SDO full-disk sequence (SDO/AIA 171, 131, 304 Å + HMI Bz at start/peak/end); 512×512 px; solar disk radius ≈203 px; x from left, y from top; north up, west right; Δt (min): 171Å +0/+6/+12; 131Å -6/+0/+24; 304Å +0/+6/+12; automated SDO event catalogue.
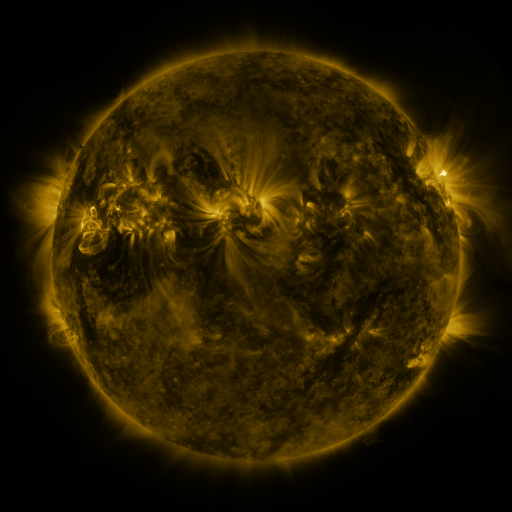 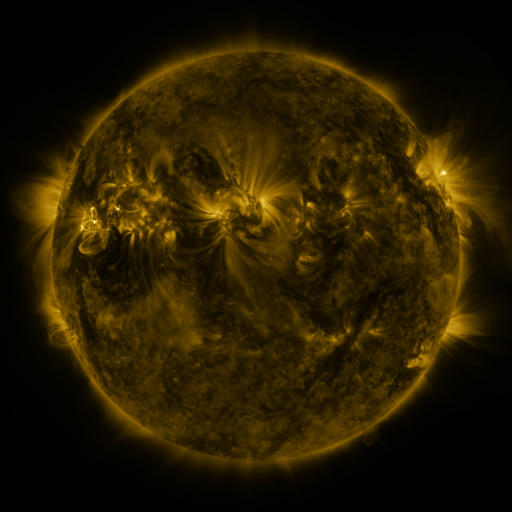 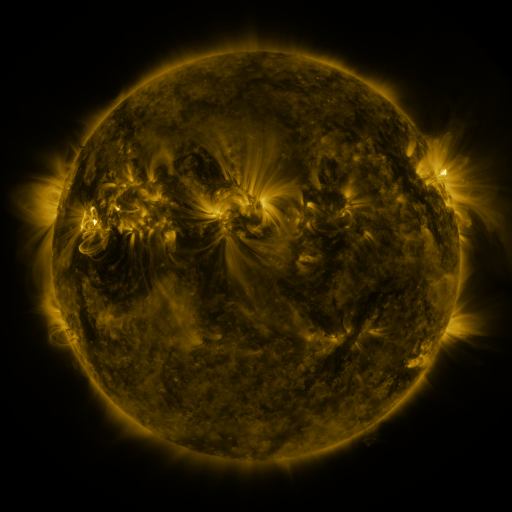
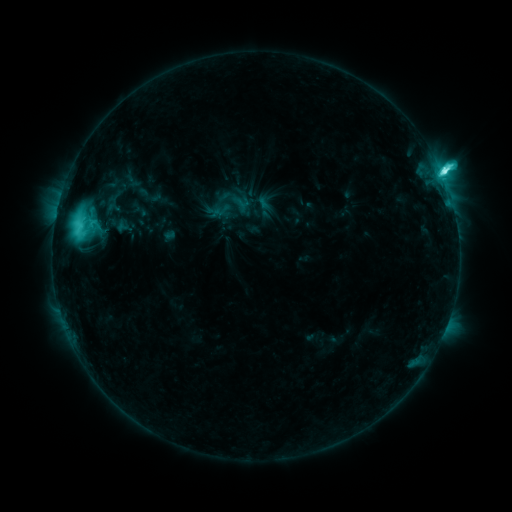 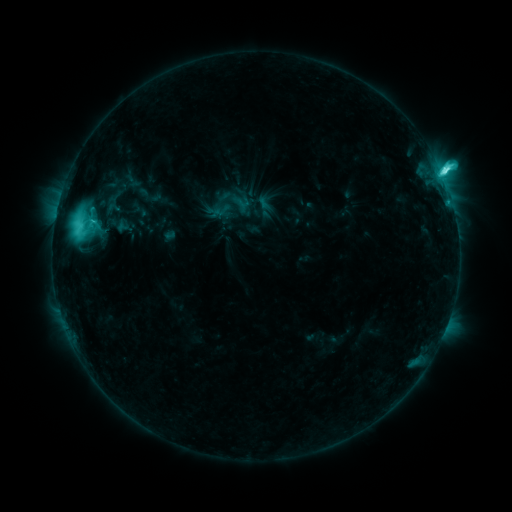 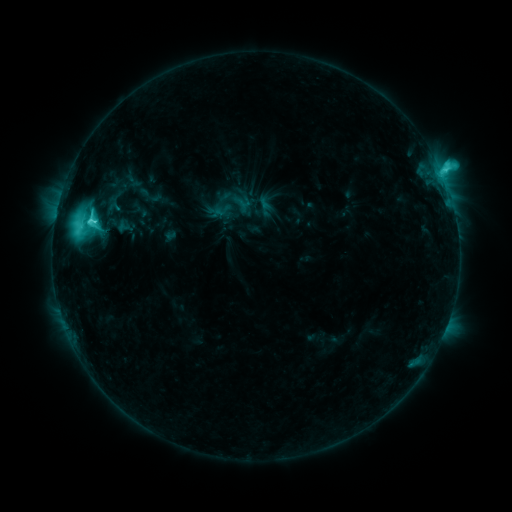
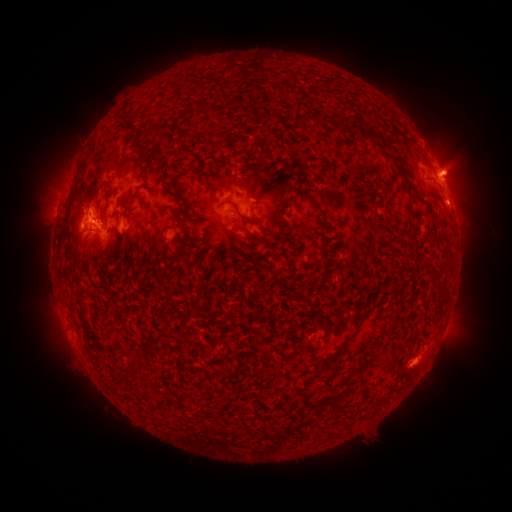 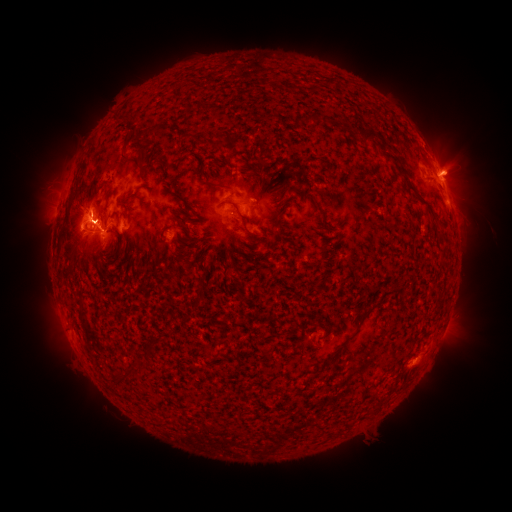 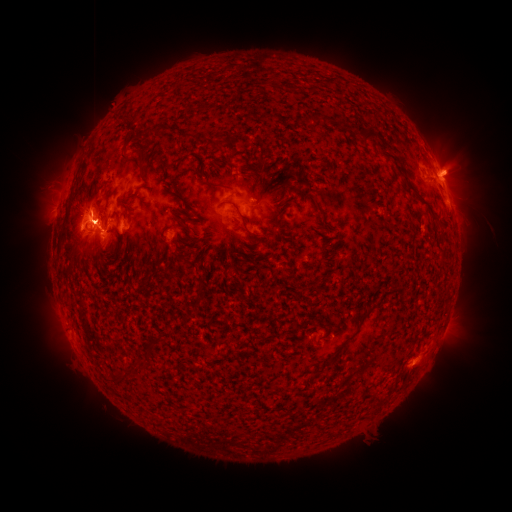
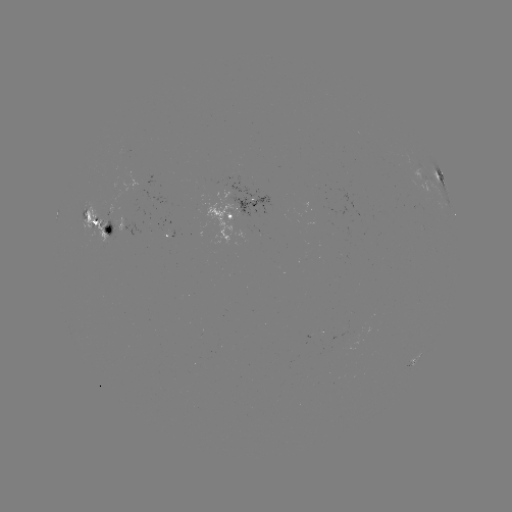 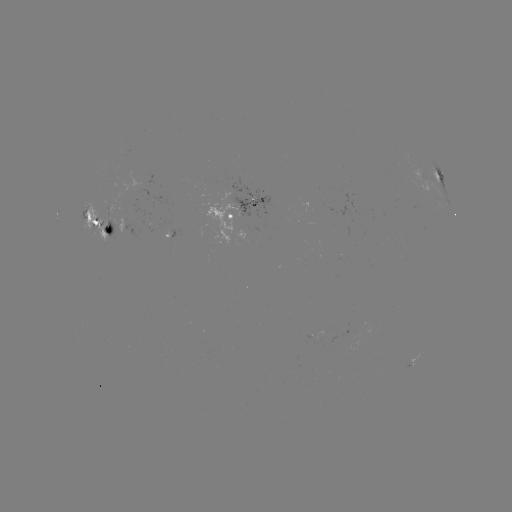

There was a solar flare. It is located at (95, 224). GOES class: M3.1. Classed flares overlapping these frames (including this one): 1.